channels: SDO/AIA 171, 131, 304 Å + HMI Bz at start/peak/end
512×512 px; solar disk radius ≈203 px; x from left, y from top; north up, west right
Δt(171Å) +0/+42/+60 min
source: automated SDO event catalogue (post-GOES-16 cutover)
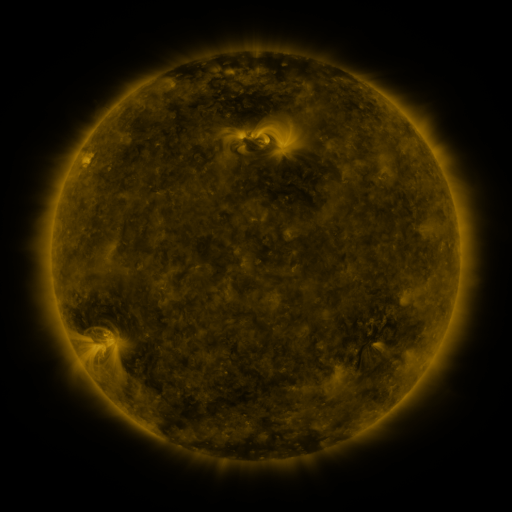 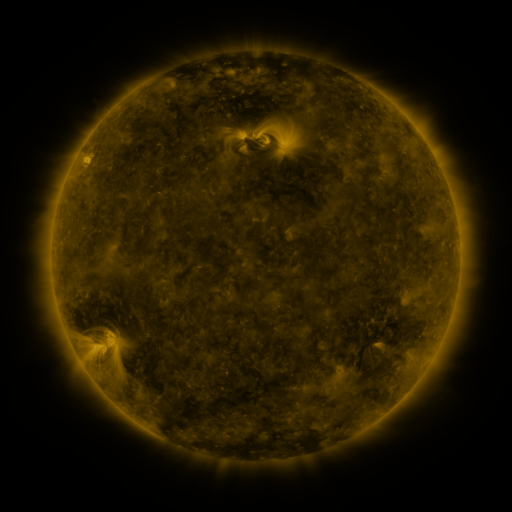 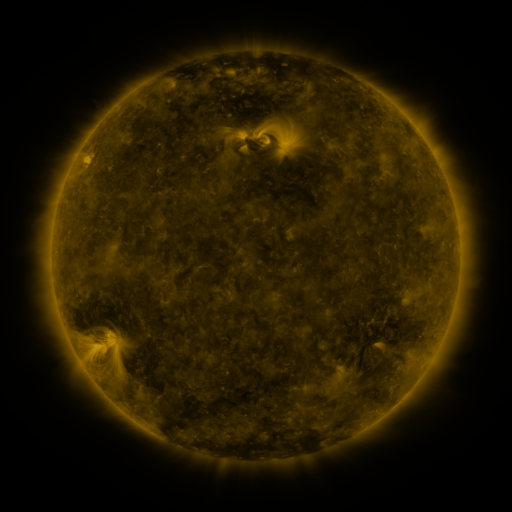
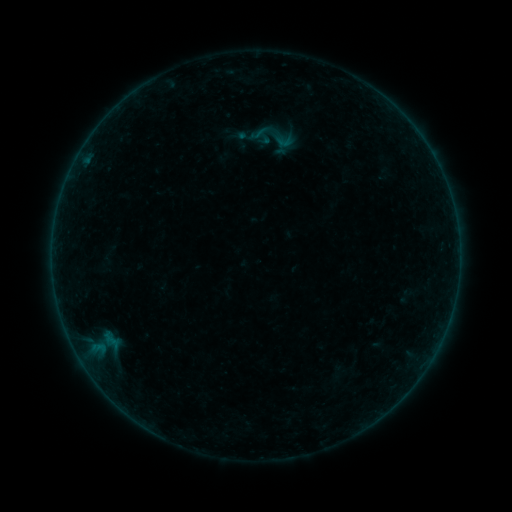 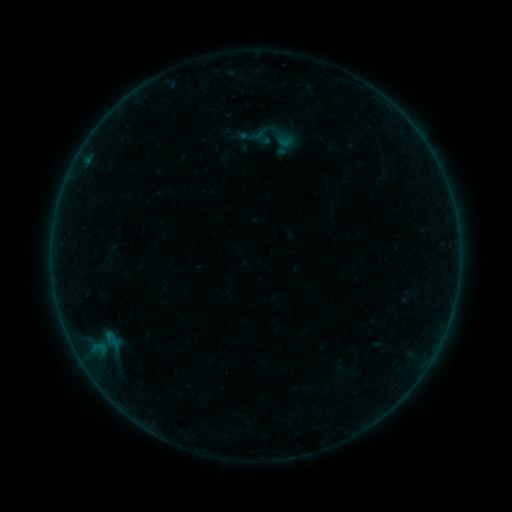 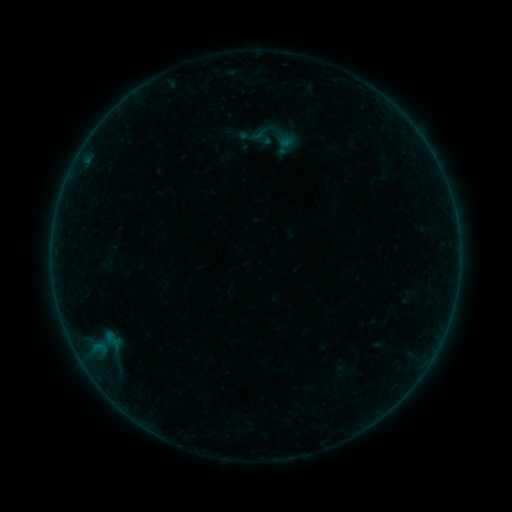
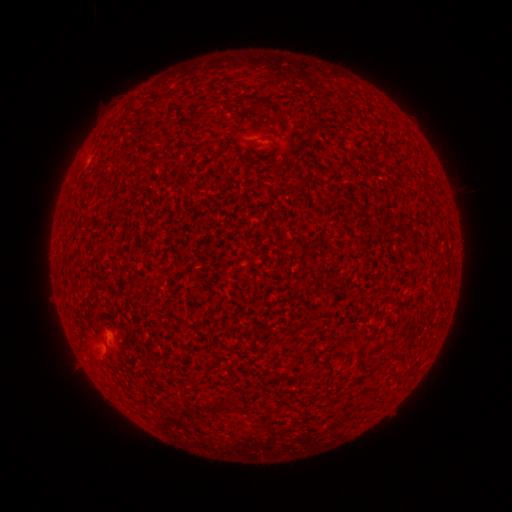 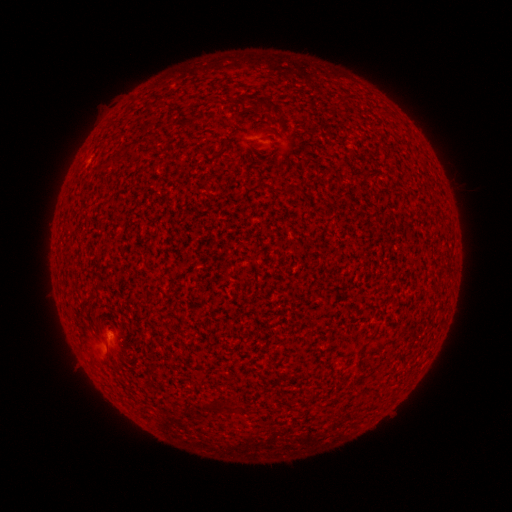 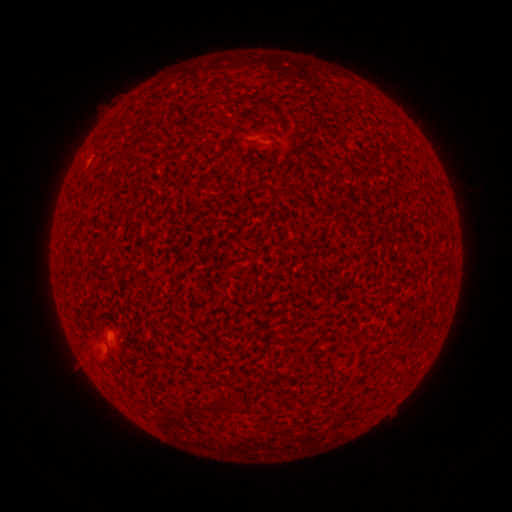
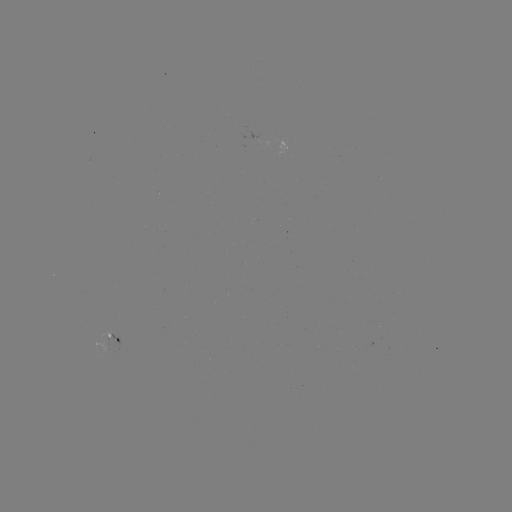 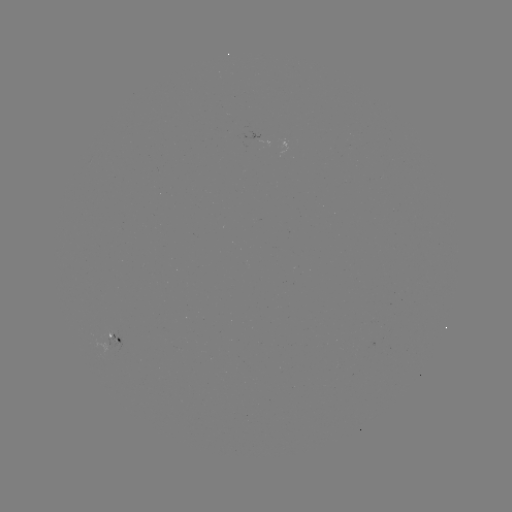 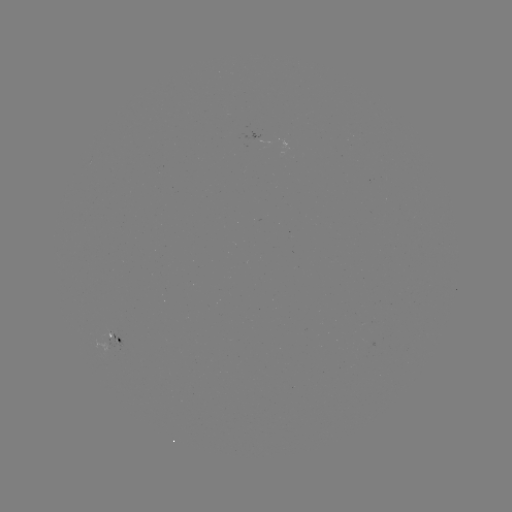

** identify A6.5 flare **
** (109, 332) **